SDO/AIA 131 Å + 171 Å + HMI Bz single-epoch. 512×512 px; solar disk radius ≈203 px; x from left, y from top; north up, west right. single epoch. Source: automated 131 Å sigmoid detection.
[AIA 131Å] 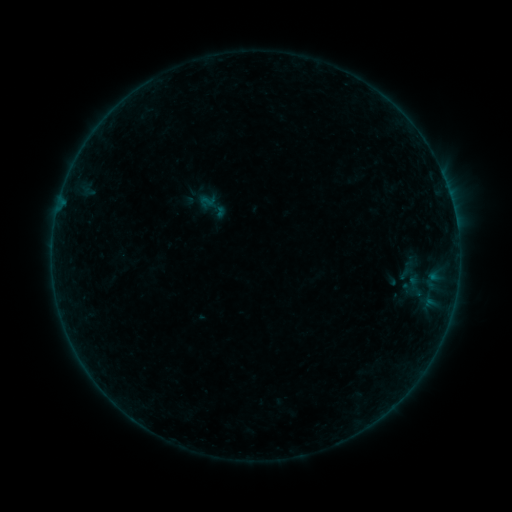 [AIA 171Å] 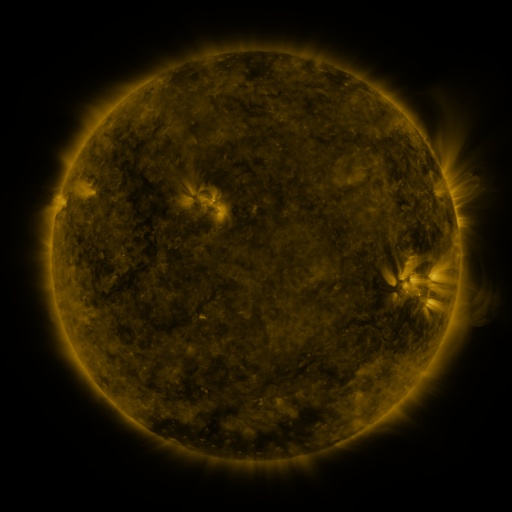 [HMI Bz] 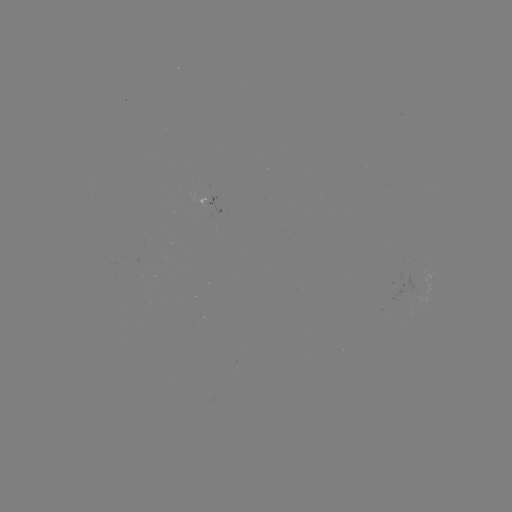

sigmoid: <bbox>199, 194, 215, 210</bbox>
